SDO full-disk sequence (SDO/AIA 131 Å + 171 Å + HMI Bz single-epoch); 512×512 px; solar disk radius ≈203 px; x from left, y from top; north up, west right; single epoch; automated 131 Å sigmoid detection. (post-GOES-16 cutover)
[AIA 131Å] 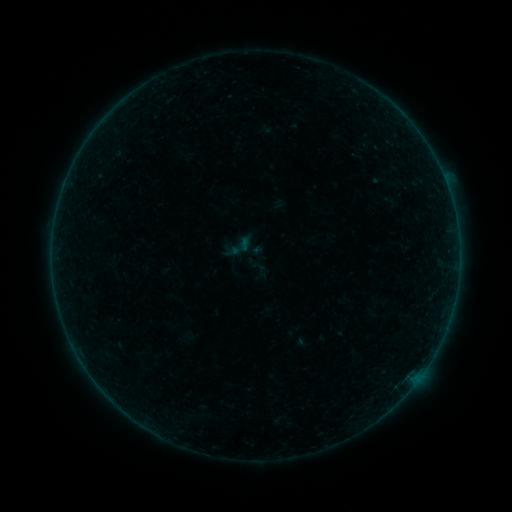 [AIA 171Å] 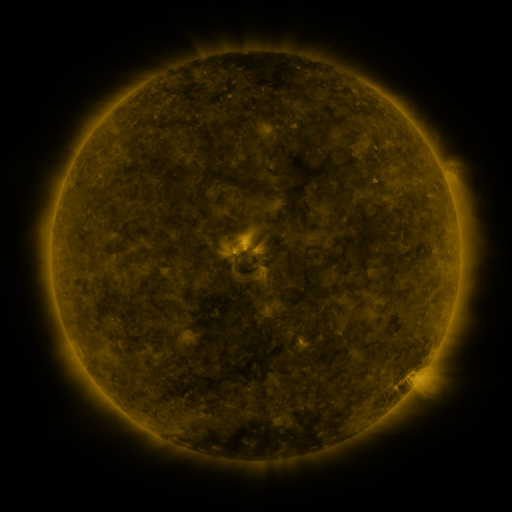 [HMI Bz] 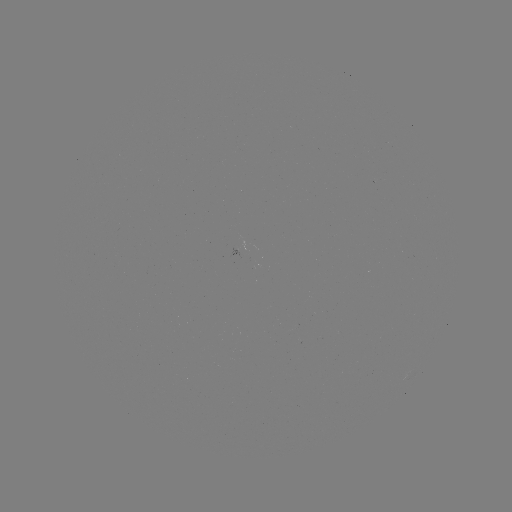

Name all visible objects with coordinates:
sigmoid: (231, 238, 250, 257)
